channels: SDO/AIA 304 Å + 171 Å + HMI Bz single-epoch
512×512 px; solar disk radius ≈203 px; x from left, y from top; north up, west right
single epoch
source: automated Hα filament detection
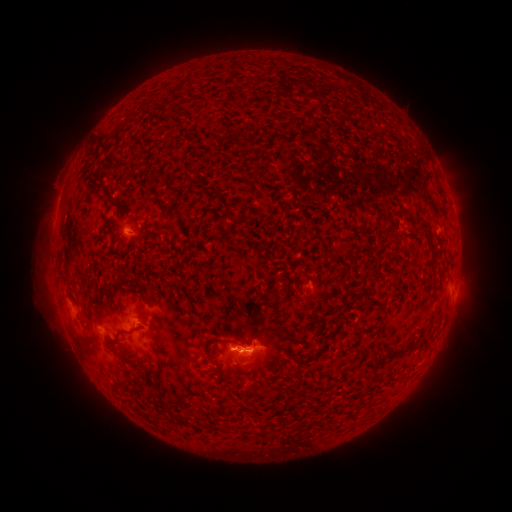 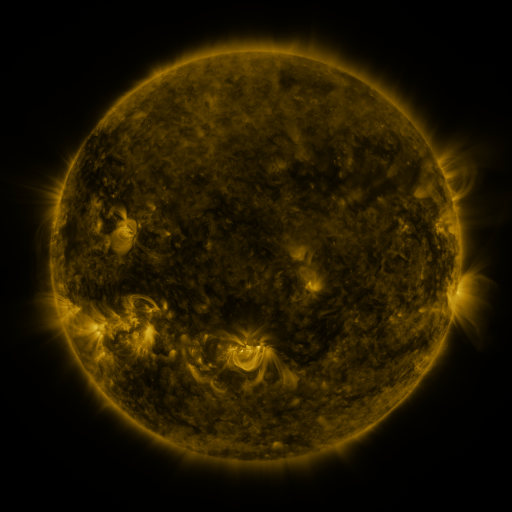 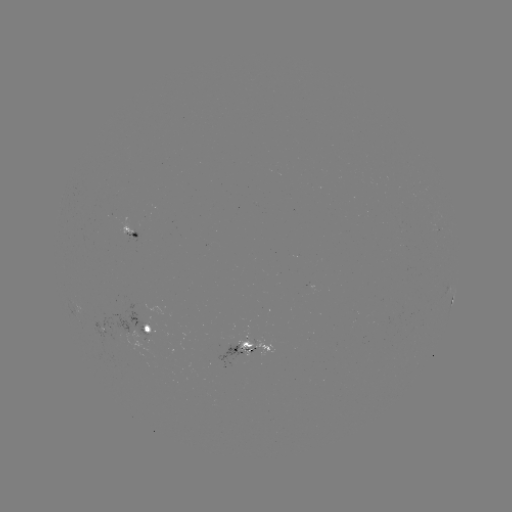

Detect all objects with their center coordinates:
filament: (97, 143)
filament: (112, 169)
filament: (439, 187)
filament: (397, 235)
filament: (429, 241)
filament: (333, 256)
filament: (368, 271)
filament: (125, 278)
filament: (372, 299)
filament: (79, 304)
filament: (135, 331)
filament: (243, 344)
filament: (404, 349)
filament: (379, 360)
